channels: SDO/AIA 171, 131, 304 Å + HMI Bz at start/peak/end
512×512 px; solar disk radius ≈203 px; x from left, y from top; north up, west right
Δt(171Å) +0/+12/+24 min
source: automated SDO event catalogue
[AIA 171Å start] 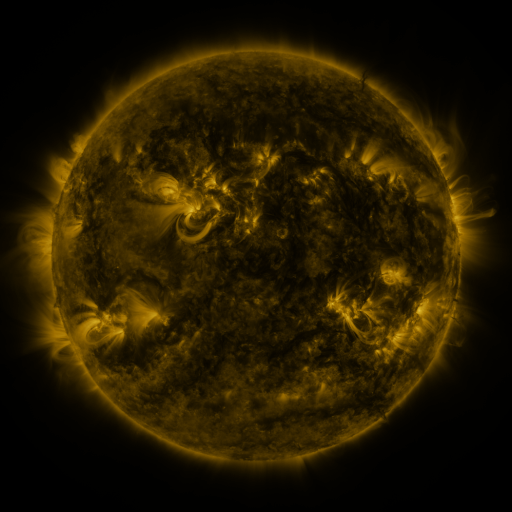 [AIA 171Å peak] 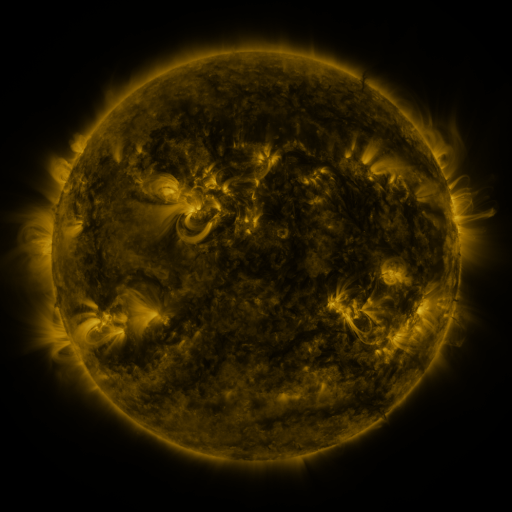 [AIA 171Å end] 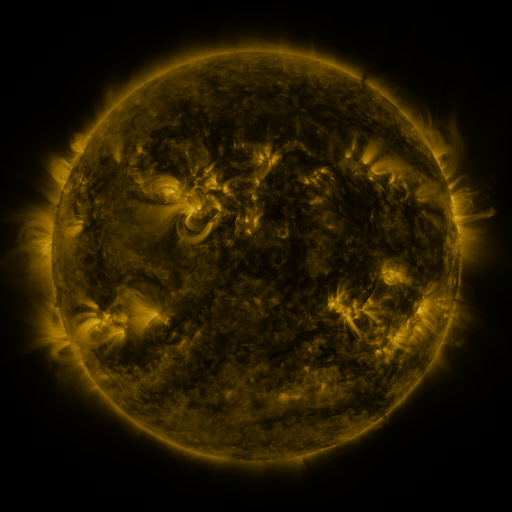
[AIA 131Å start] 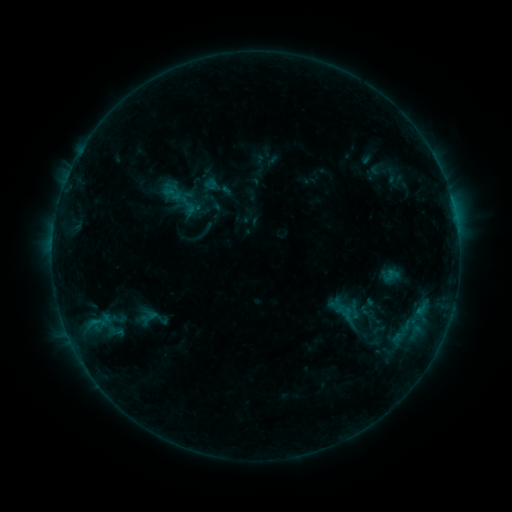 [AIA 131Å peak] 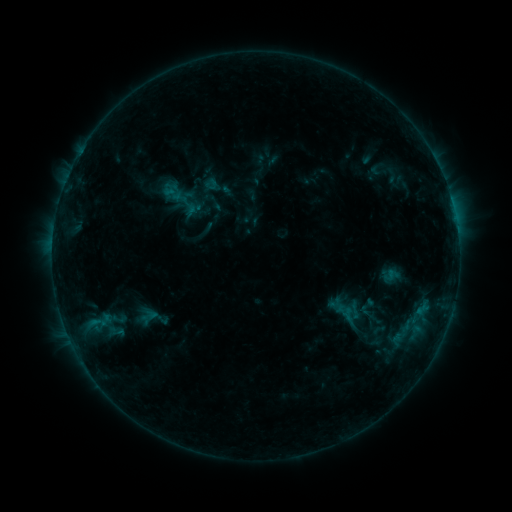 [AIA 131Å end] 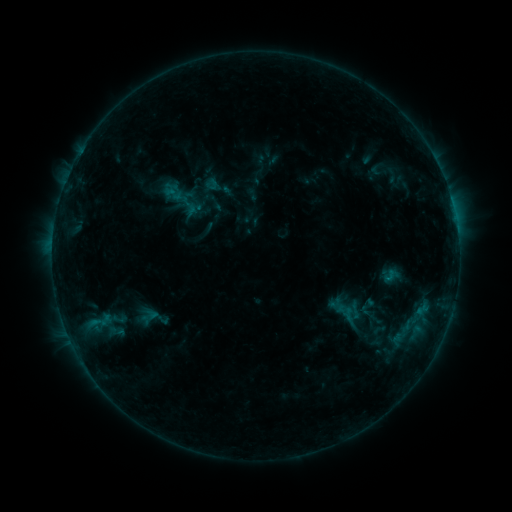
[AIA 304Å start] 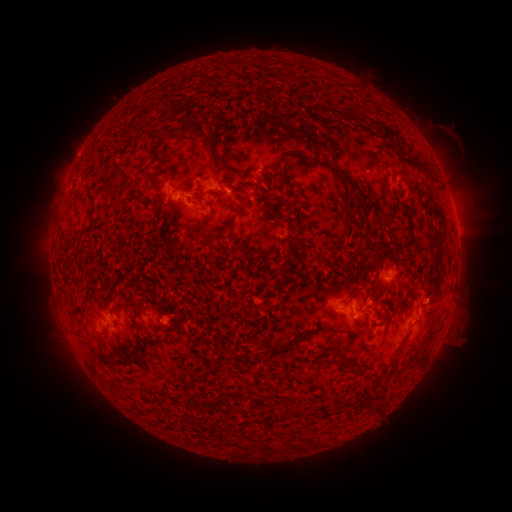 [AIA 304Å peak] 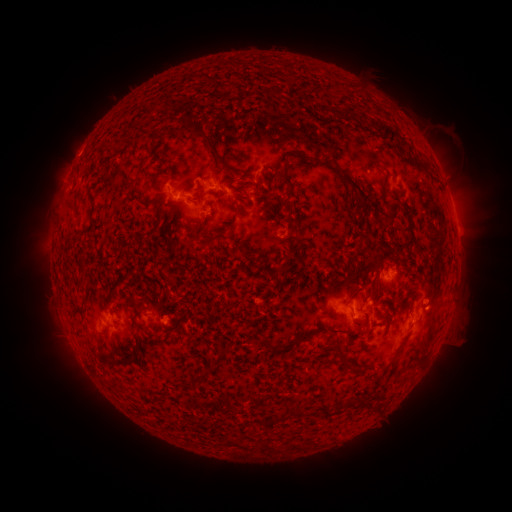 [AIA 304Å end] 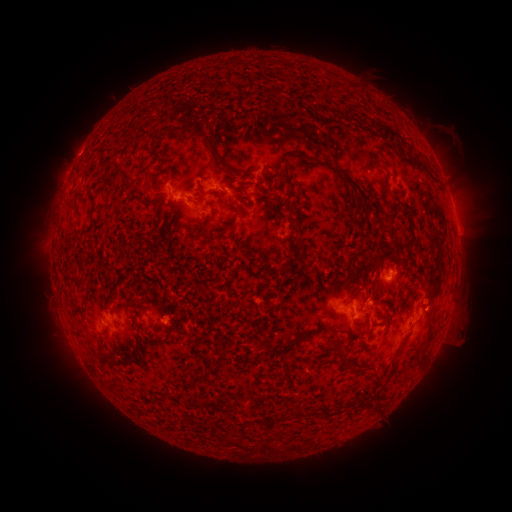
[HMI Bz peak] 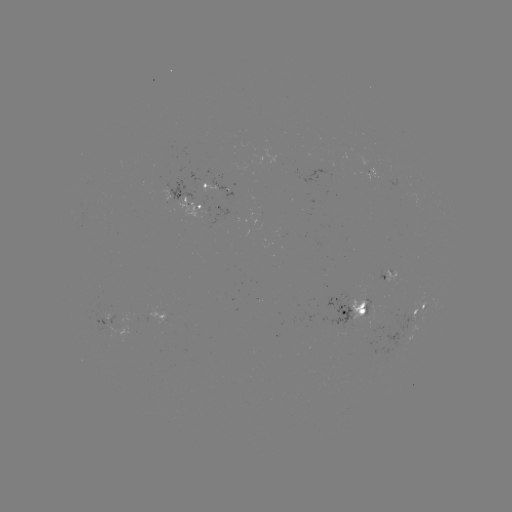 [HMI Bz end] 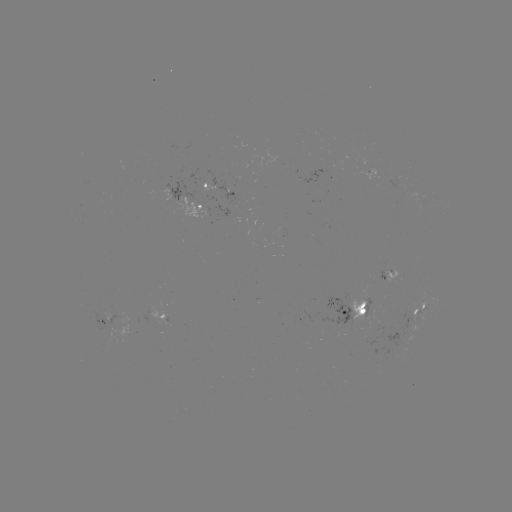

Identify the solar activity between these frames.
no catalogued flare and no flagged EUV brightening in this window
